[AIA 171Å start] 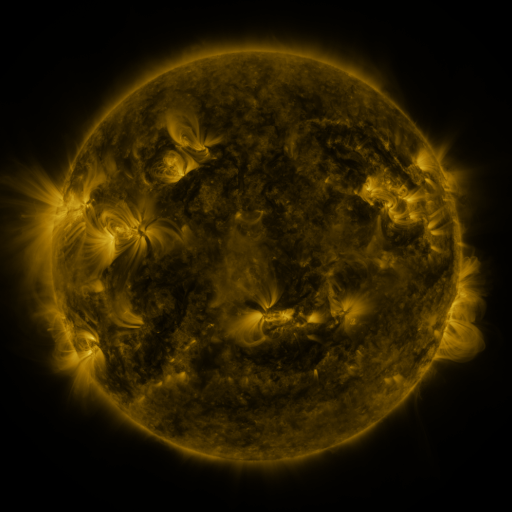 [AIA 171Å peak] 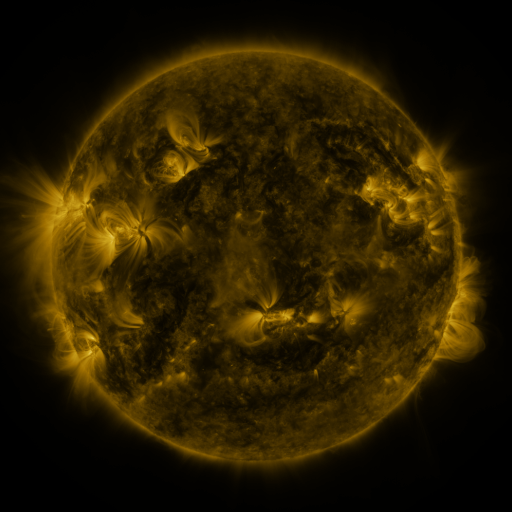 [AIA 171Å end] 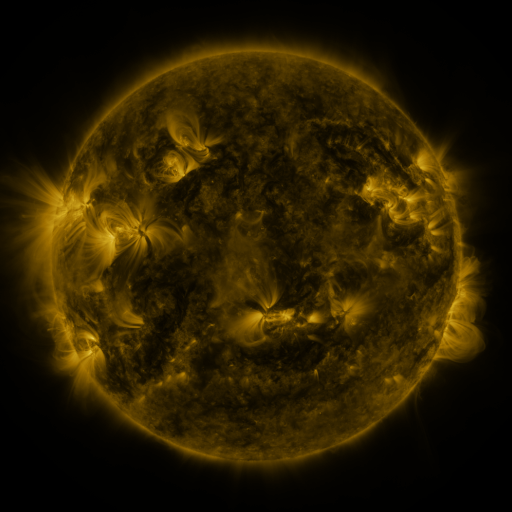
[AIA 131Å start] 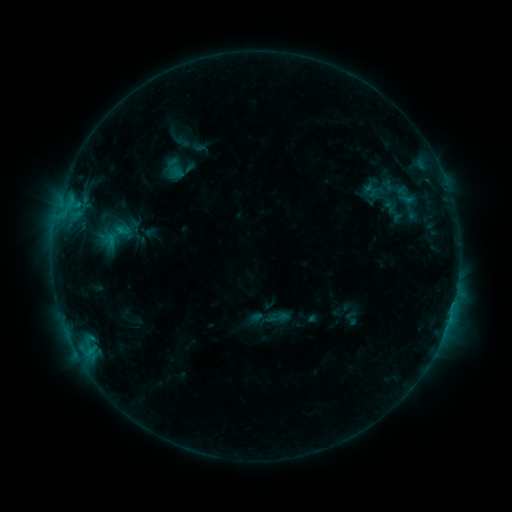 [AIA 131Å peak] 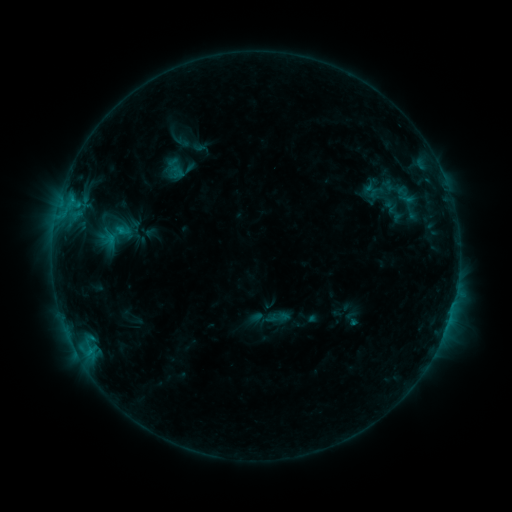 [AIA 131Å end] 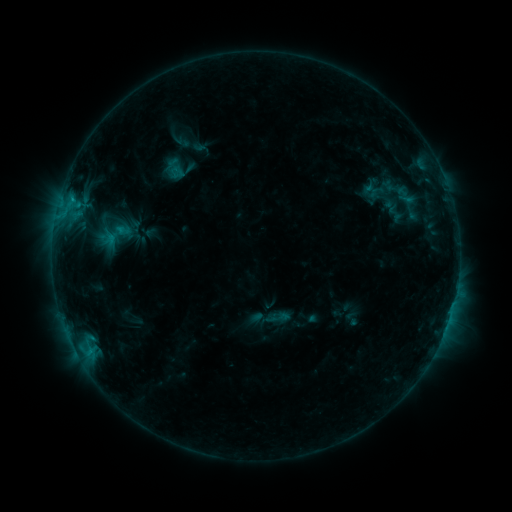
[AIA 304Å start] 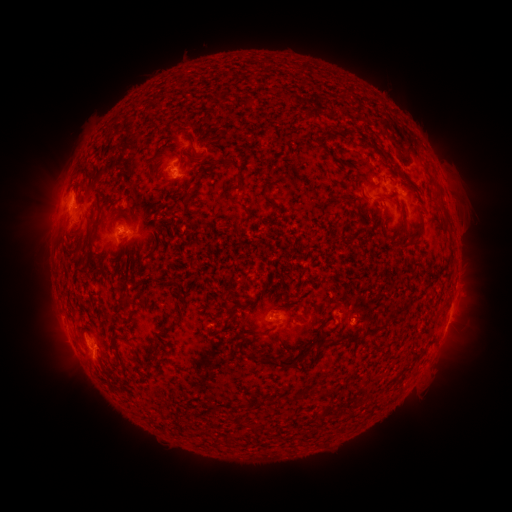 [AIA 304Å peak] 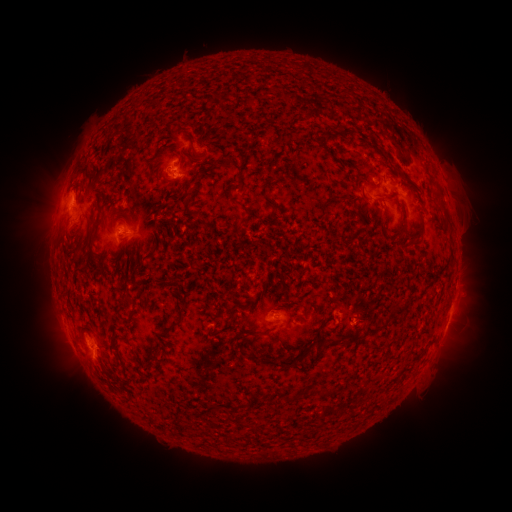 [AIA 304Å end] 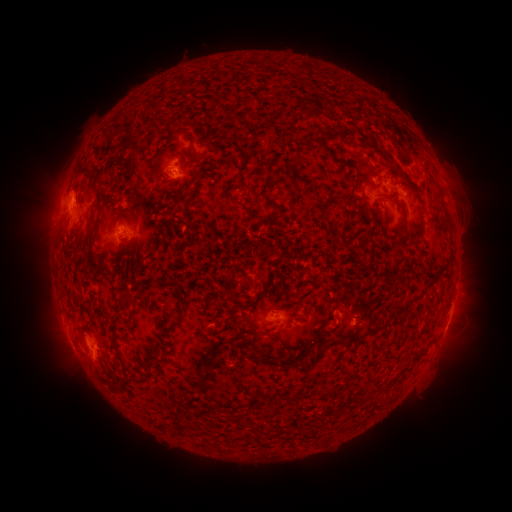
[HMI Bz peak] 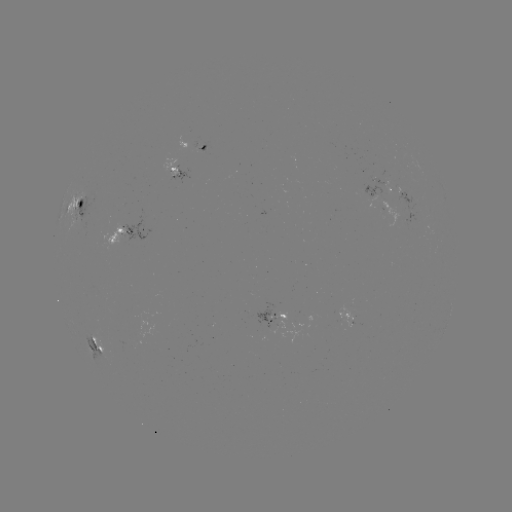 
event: flare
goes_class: C1.2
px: (72, 203)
